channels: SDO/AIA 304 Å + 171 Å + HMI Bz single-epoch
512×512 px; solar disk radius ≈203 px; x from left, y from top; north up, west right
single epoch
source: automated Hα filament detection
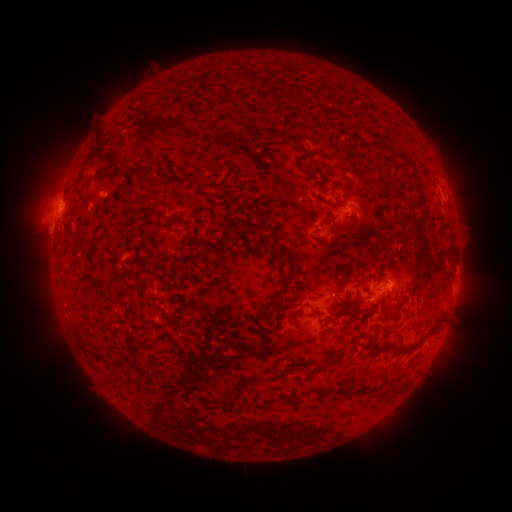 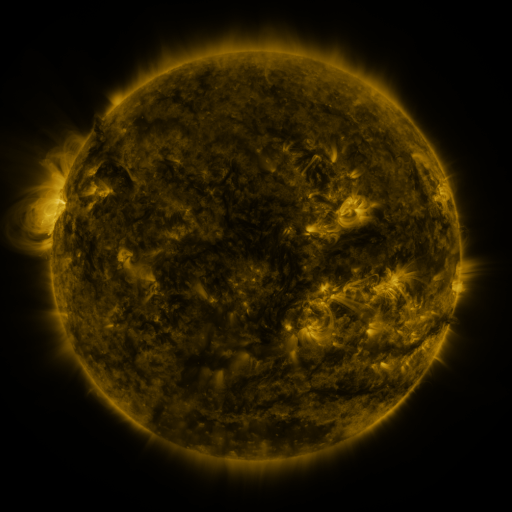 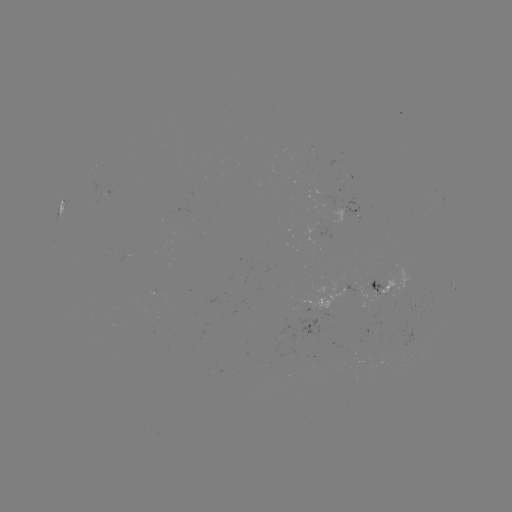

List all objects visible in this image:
filament: (95, 133, 104, 143)
filament: (379, 140, 390, 151)
filament: (393, 152, 411, 166)
filament: (126, 162, 161, 186)
filament: (228, 201, 236, 214)
filament: (409, 223, 420, 241)
filament: (416, 250, 426, 264)
filament: (418, 267, 433, 284)
filament: (263, 274, 292, 314)
filament: (363, 284, 370, 294)
filament: (337, 294, 359, 311)
filament: (379, 303, 393, 316)
filament: (308, 307, 356, 318)
filament: (388, 326, 440, 356)
filament: (320, 360, 329, 370)
filament: (265, 373, 275, 384)
filament: (248, 374, 257, 384)
filament: (218, 386, 231, 403)
